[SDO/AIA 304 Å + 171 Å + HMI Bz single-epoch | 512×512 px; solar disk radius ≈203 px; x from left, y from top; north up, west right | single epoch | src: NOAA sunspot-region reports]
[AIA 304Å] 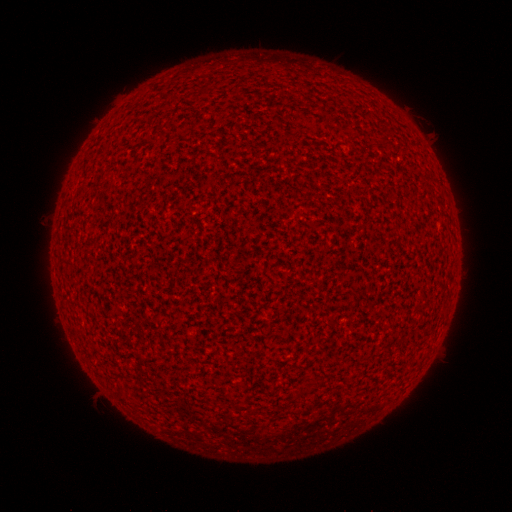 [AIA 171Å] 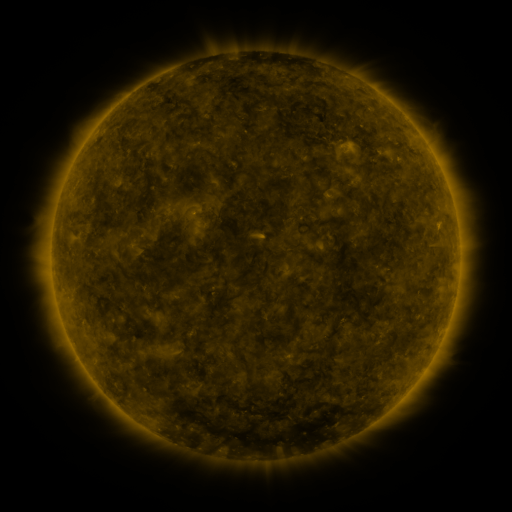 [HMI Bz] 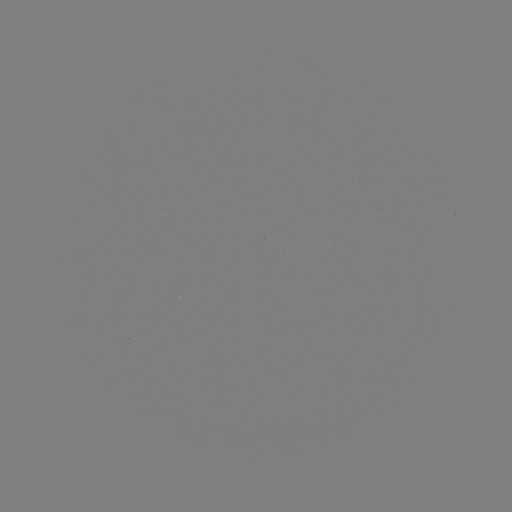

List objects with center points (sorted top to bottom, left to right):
(none)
